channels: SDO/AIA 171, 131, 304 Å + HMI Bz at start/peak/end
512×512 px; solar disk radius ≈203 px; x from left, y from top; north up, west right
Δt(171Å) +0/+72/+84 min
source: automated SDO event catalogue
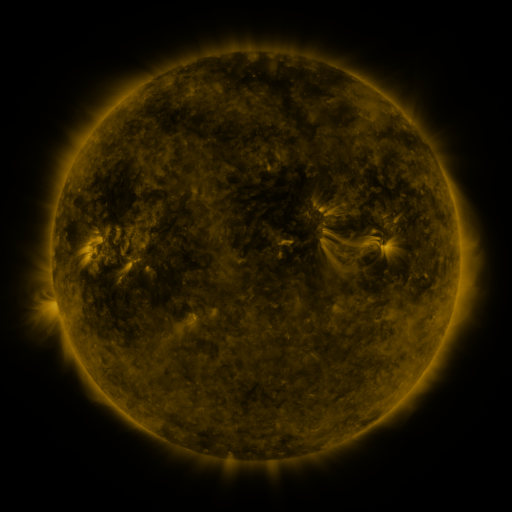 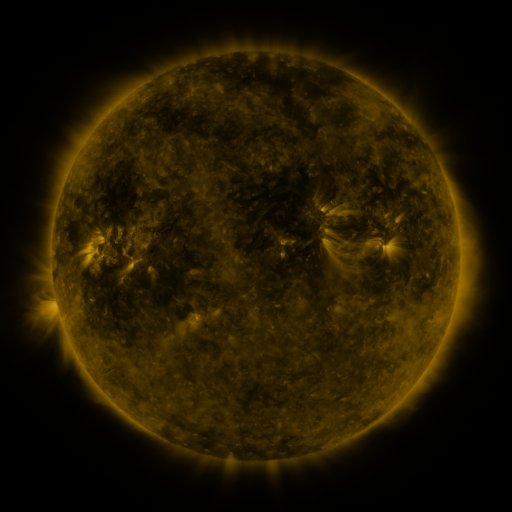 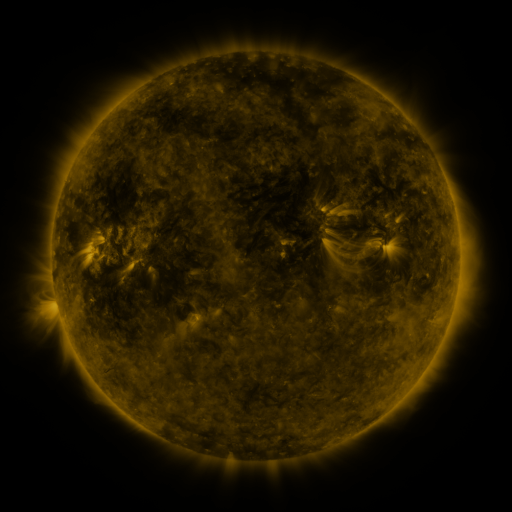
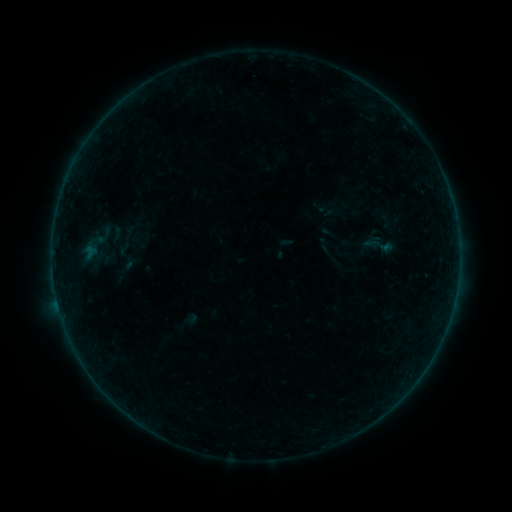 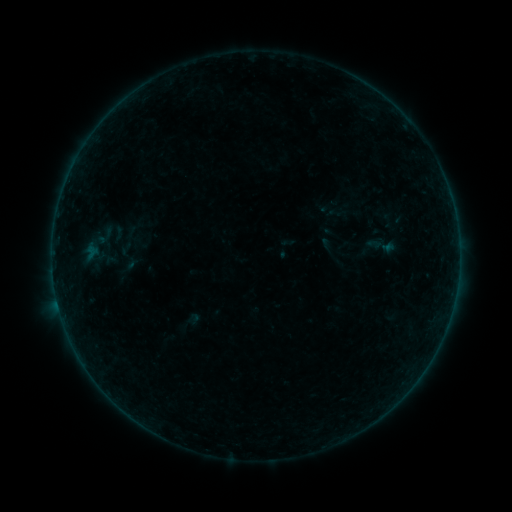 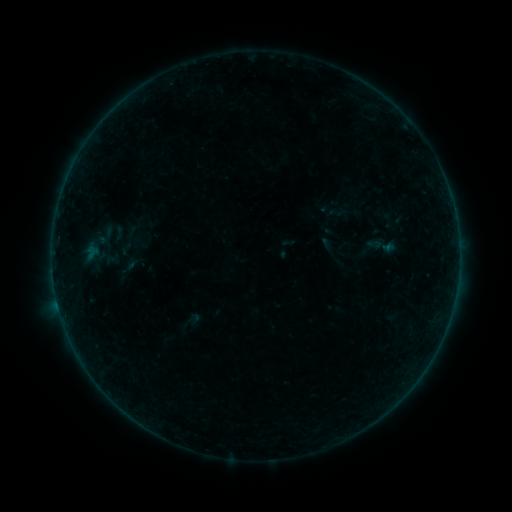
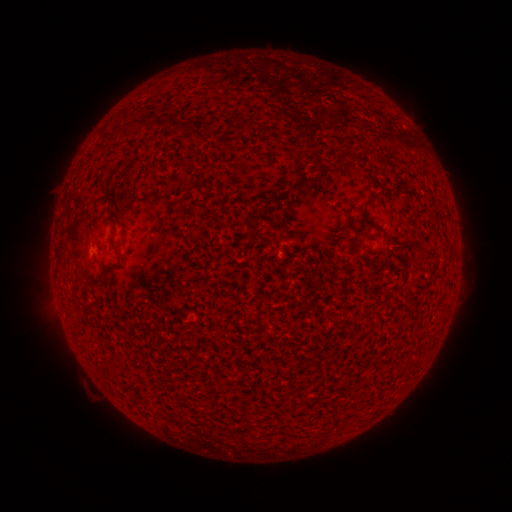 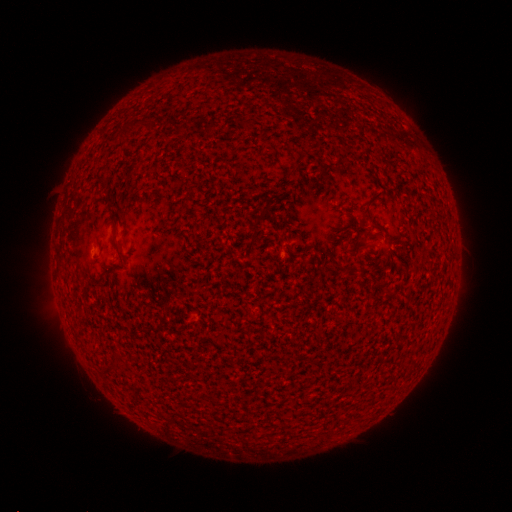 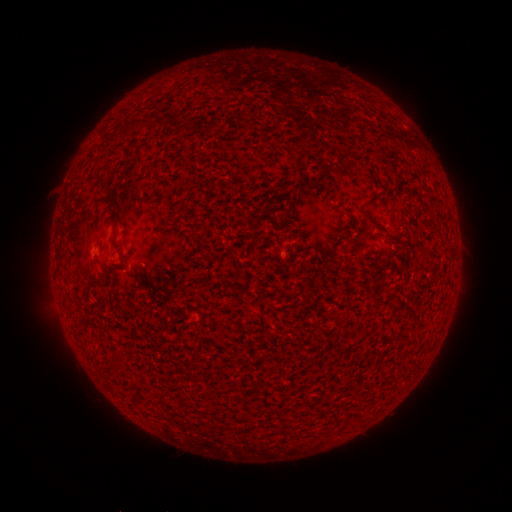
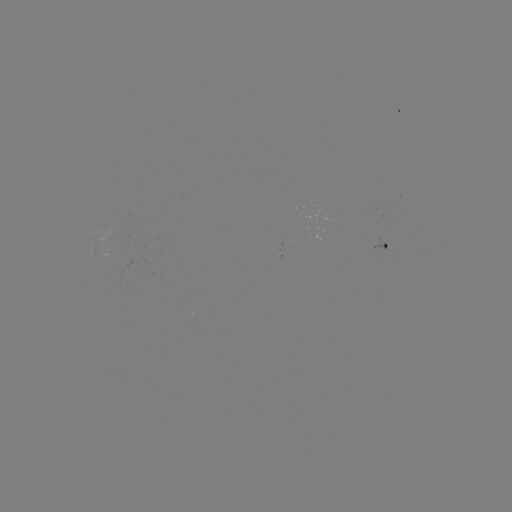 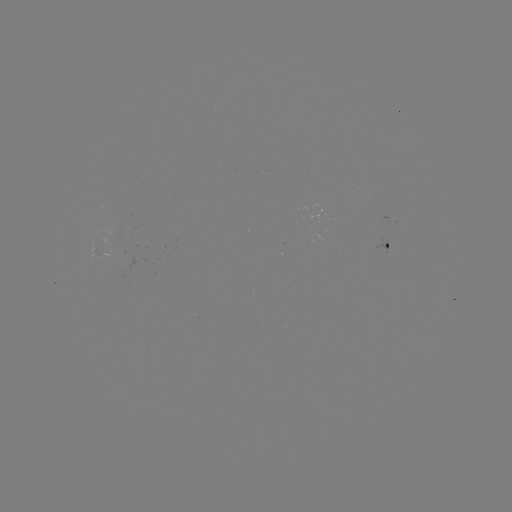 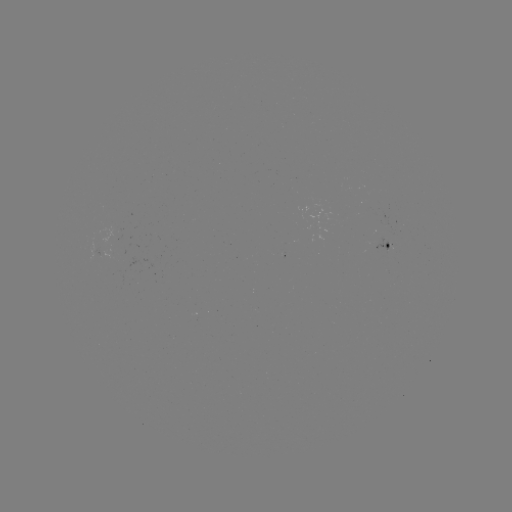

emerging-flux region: <bbox>92, 238, 99, 256</bbox>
